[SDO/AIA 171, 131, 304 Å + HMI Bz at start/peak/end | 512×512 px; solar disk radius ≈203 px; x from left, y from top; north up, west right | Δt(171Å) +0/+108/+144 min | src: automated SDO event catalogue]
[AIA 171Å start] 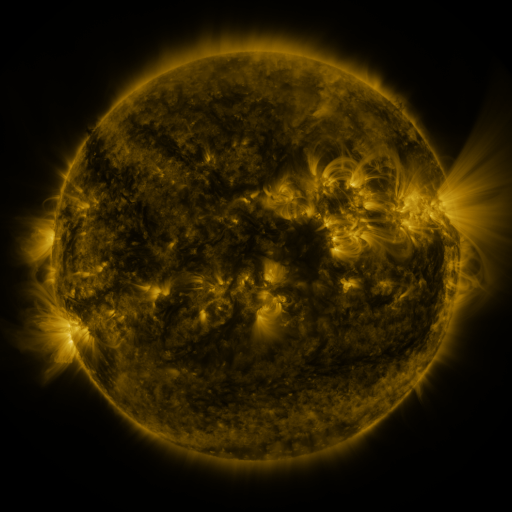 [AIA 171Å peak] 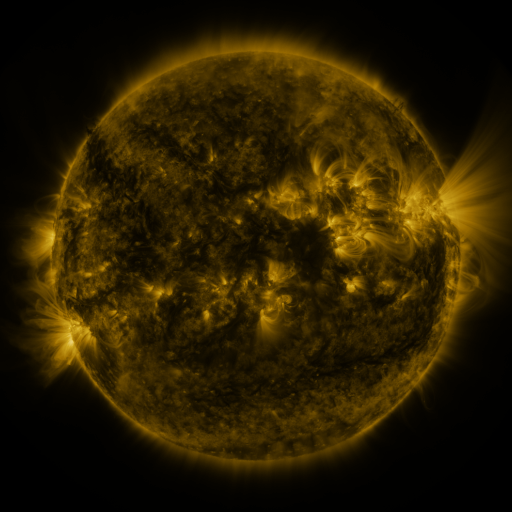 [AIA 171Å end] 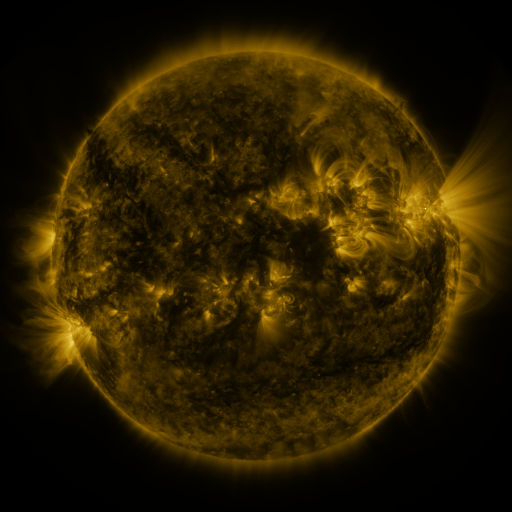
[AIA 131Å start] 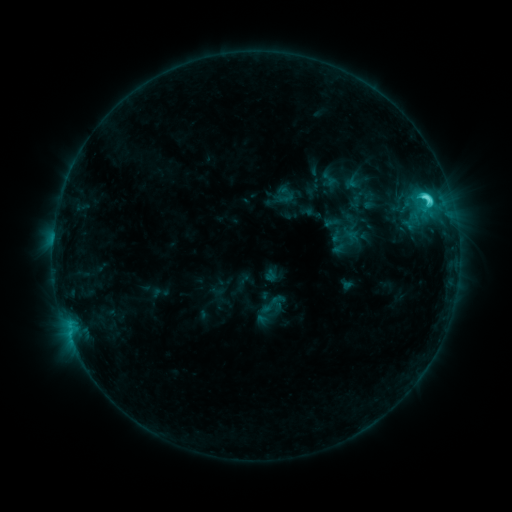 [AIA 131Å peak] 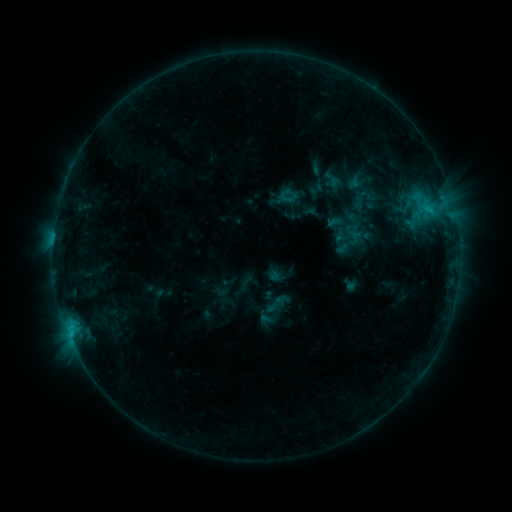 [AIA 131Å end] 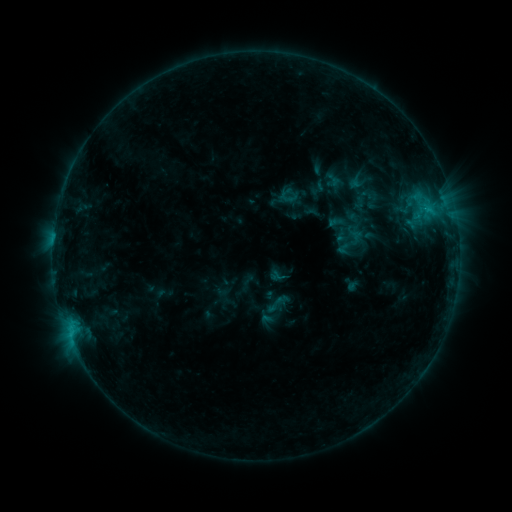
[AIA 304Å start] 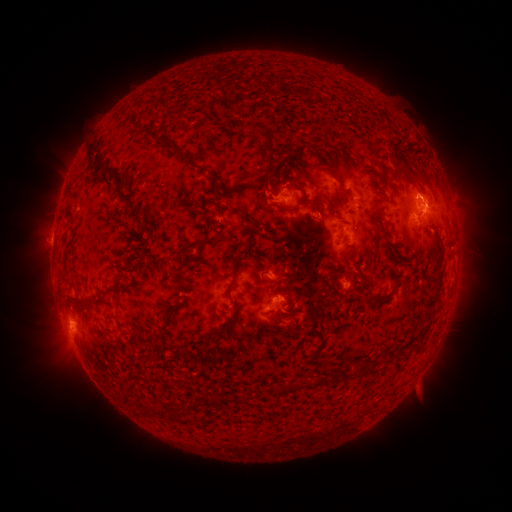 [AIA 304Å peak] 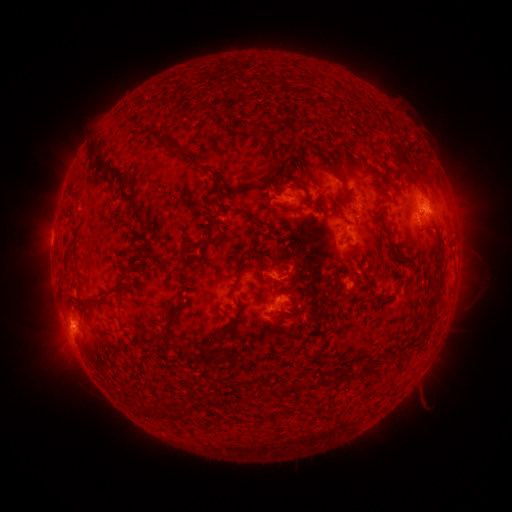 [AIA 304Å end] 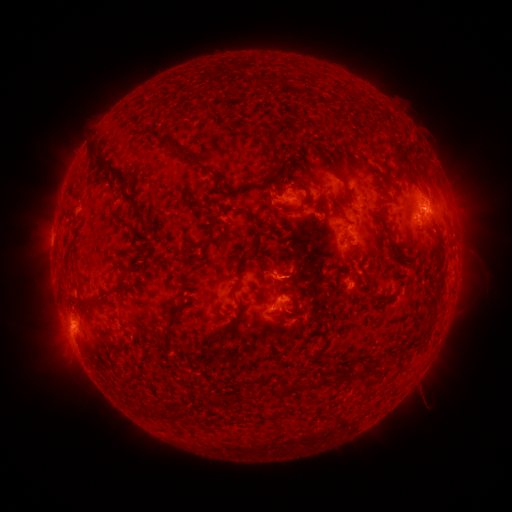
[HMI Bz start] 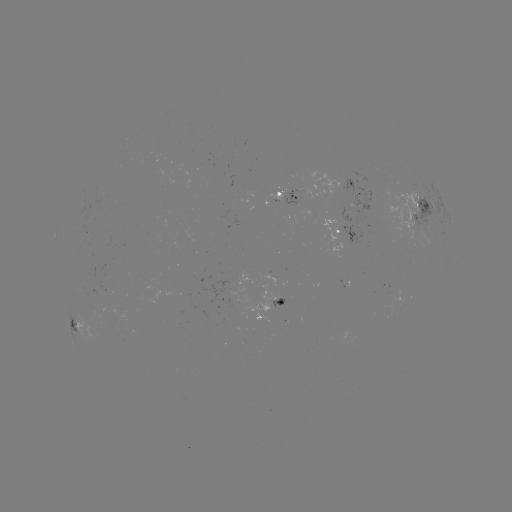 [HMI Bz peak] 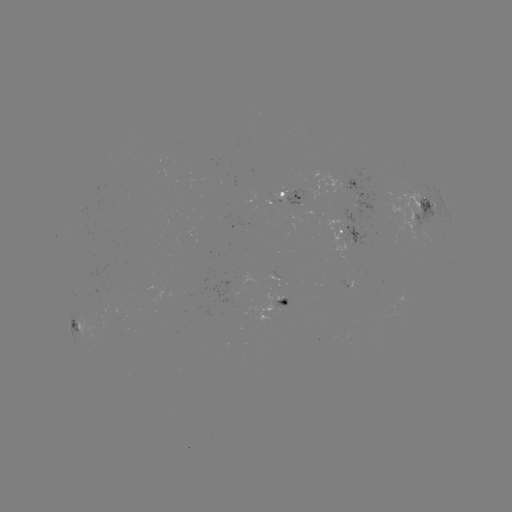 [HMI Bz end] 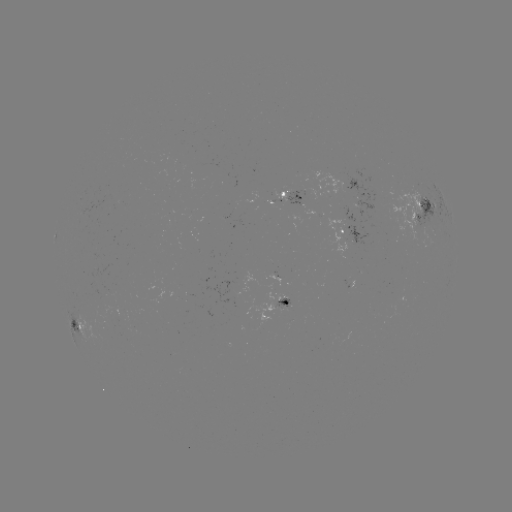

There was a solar emerging-flux region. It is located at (277, 277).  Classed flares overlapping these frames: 1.